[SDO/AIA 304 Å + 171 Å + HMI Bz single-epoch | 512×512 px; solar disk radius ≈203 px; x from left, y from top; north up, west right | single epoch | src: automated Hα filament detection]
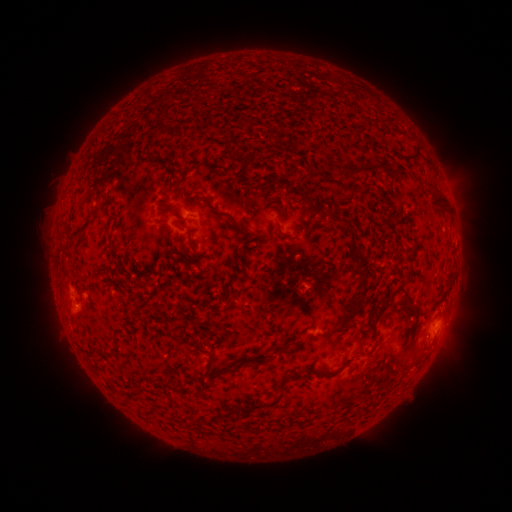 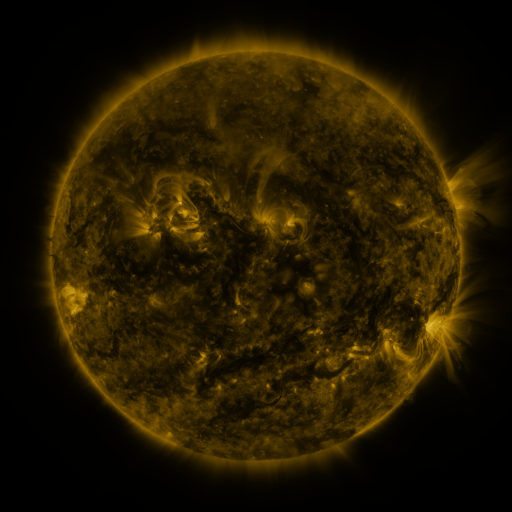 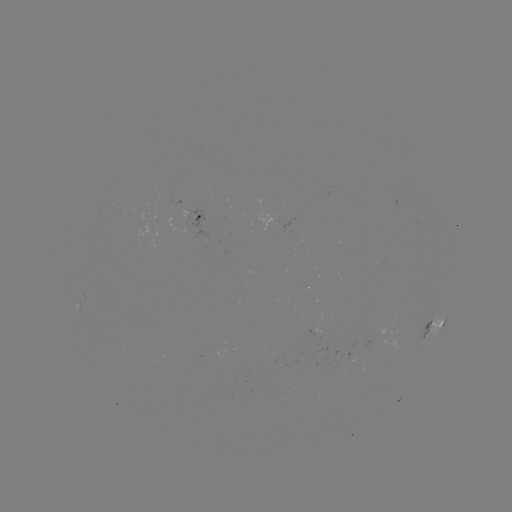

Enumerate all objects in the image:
filament: (415, 157)
filament: (360, 171)
filament: (441, 202)
filament: (211, 206)
filament: (79, 229)
filament: (364, 282)
filament: (404, 293)
filament: (379, 315)
filament: (346, 318)
filament: (276, 349)
filament: (414, 361)
filament: (278, 396)
